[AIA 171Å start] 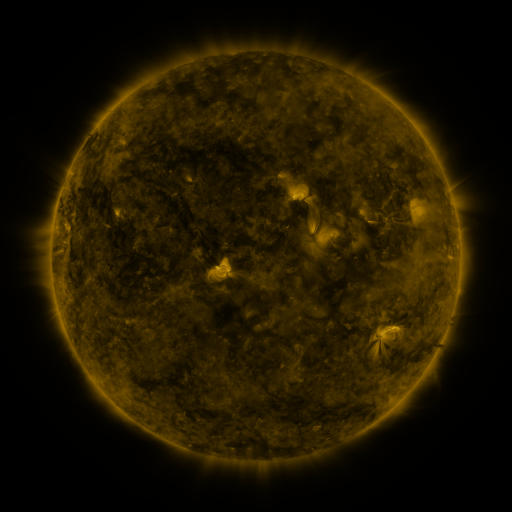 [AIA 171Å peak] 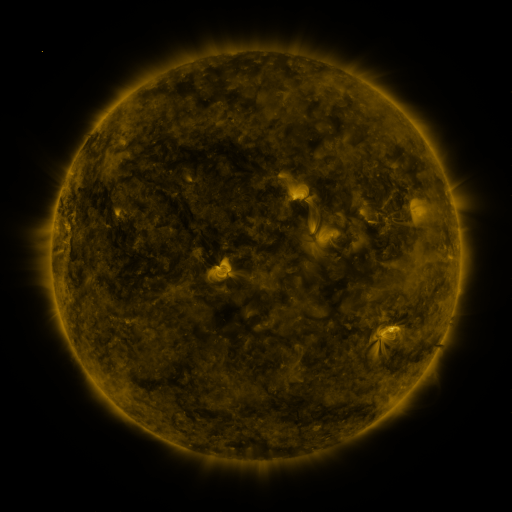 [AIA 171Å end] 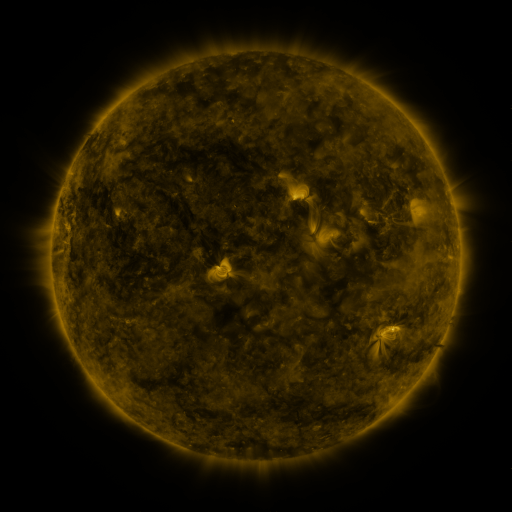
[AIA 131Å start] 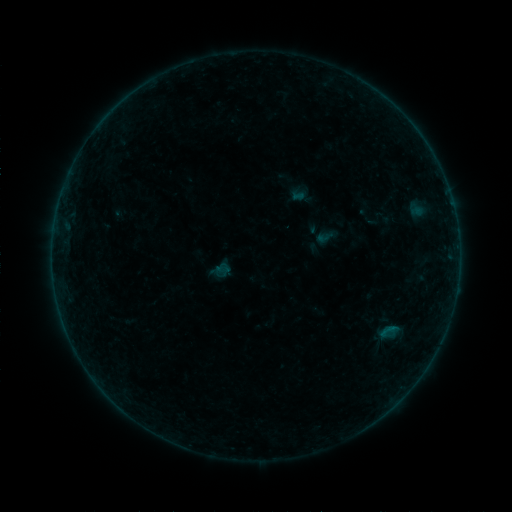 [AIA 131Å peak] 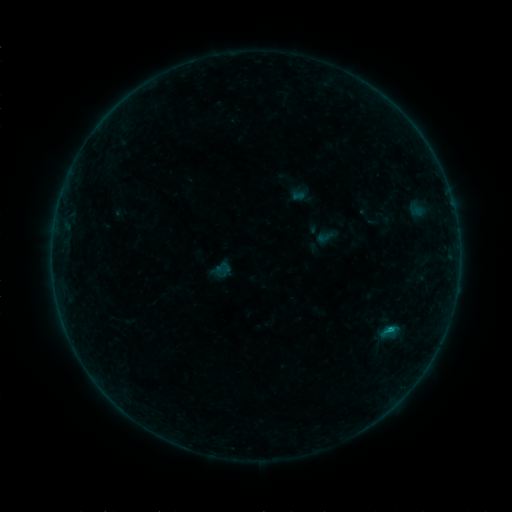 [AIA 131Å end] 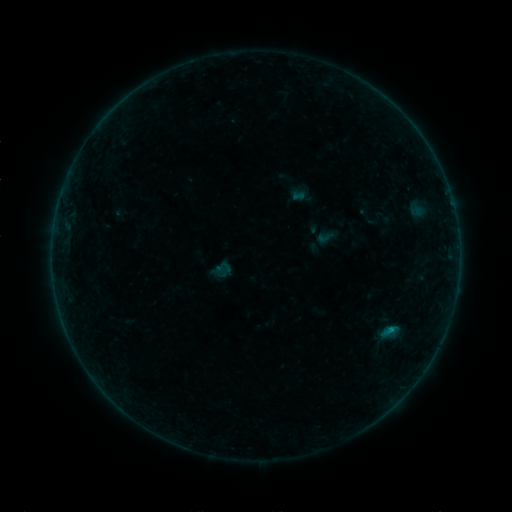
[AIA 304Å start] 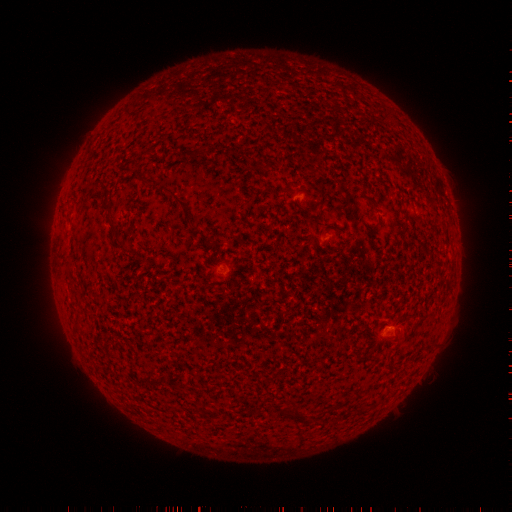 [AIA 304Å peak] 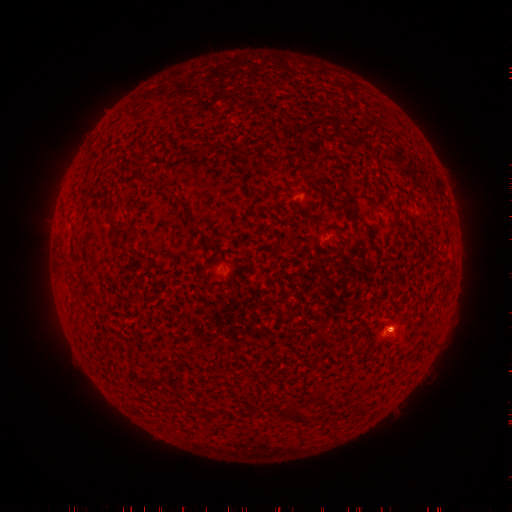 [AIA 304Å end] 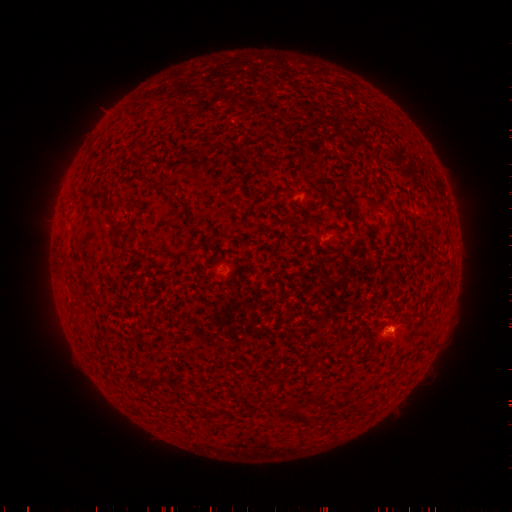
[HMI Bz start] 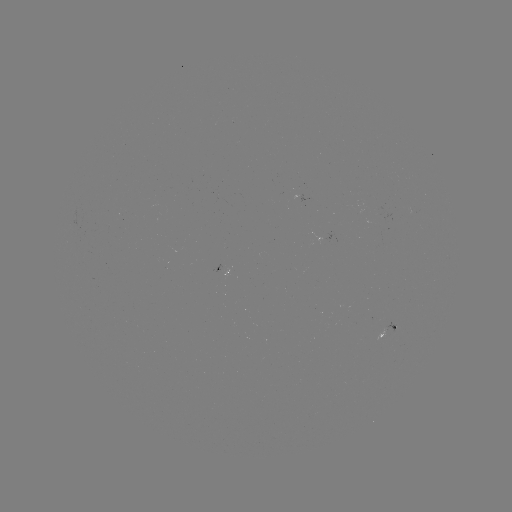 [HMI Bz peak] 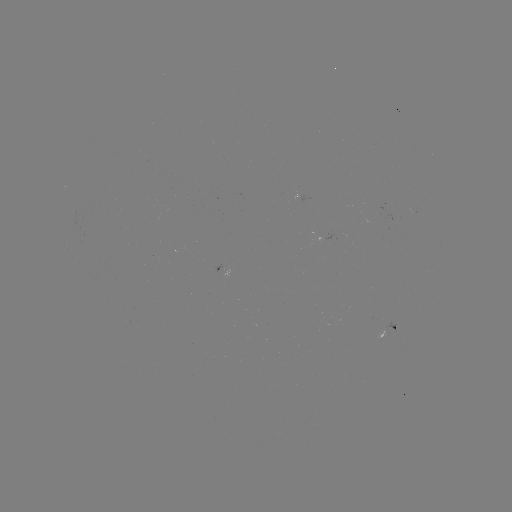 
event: flare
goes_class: B2.7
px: (389, 328)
